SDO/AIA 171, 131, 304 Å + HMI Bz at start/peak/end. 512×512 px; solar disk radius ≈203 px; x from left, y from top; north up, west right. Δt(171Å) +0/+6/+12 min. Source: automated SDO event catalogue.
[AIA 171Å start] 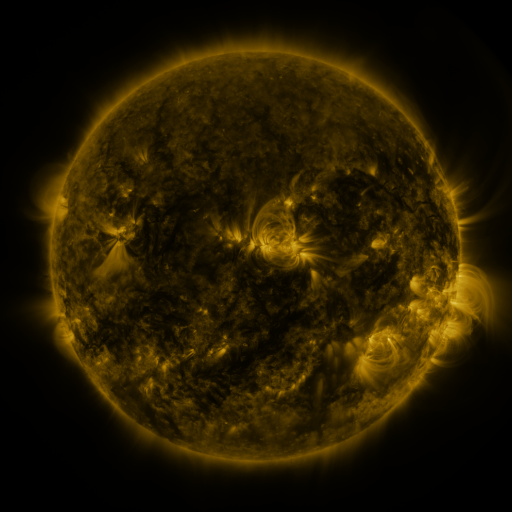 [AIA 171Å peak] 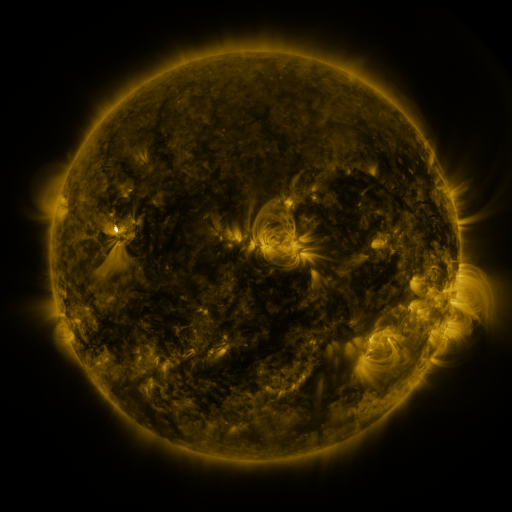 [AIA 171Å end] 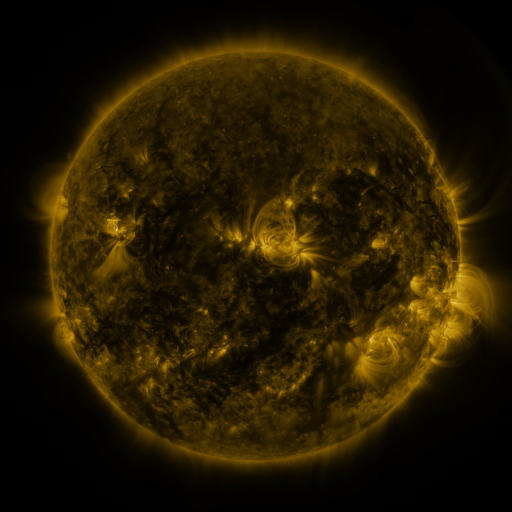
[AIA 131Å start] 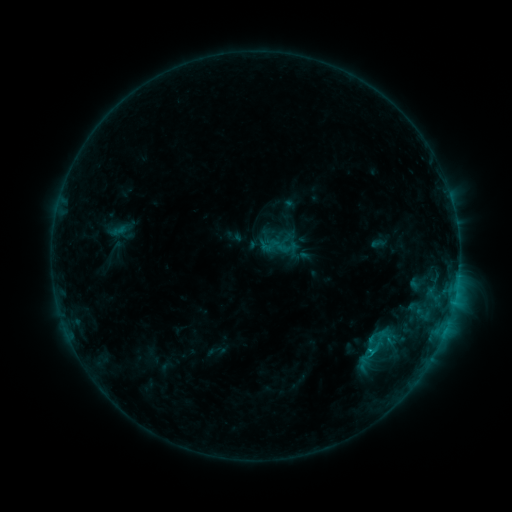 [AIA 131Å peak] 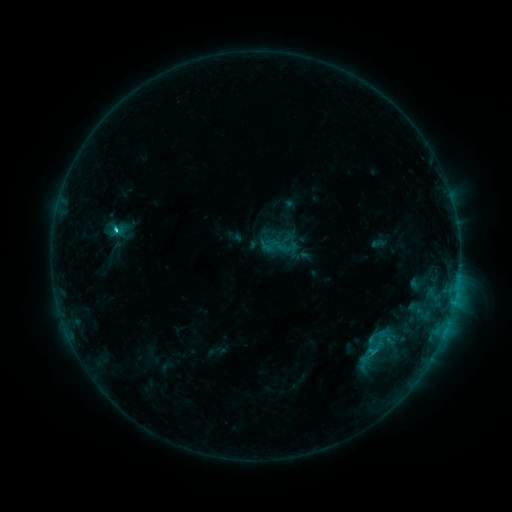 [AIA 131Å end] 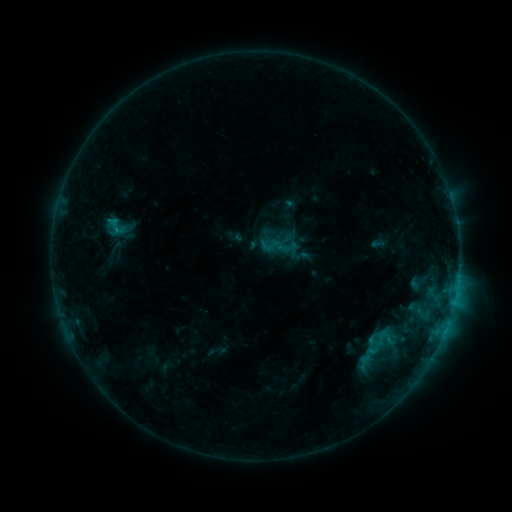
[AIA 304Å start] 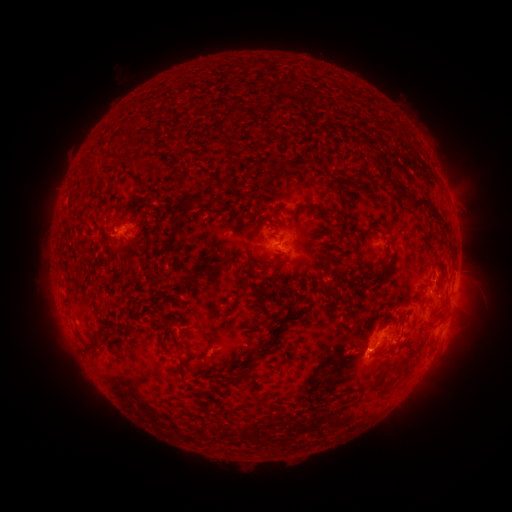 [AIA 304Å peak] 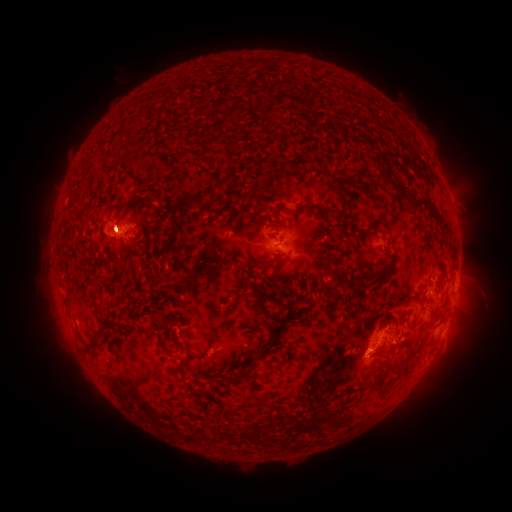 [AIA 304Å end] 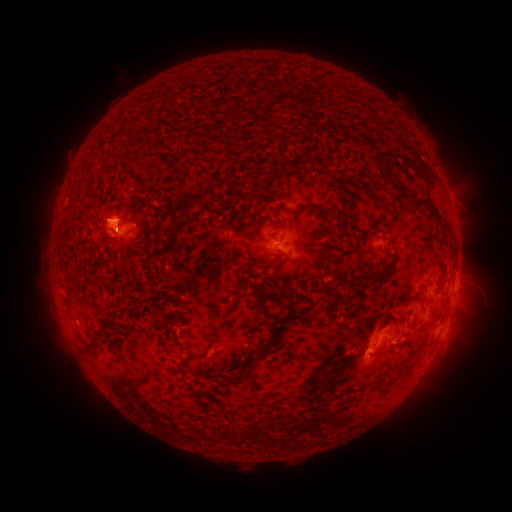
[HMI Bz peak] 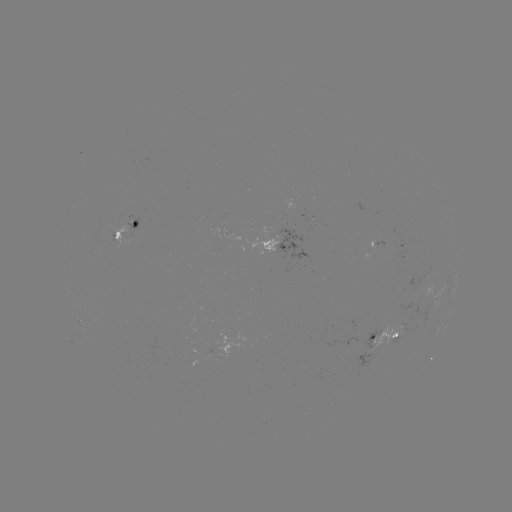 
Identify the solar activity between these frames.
C4.5 flare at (116, 233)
